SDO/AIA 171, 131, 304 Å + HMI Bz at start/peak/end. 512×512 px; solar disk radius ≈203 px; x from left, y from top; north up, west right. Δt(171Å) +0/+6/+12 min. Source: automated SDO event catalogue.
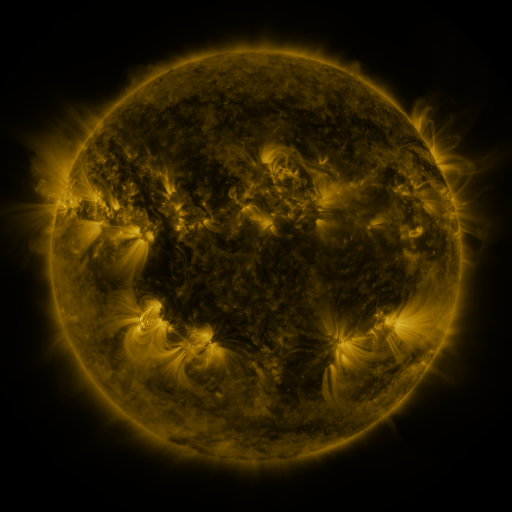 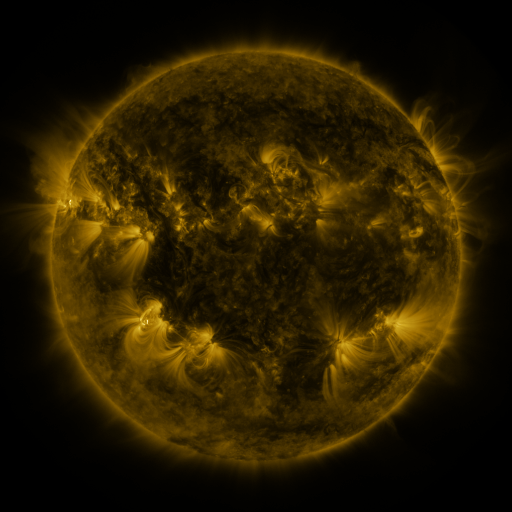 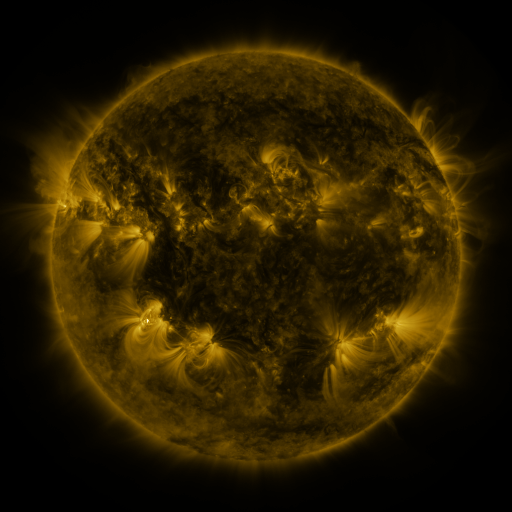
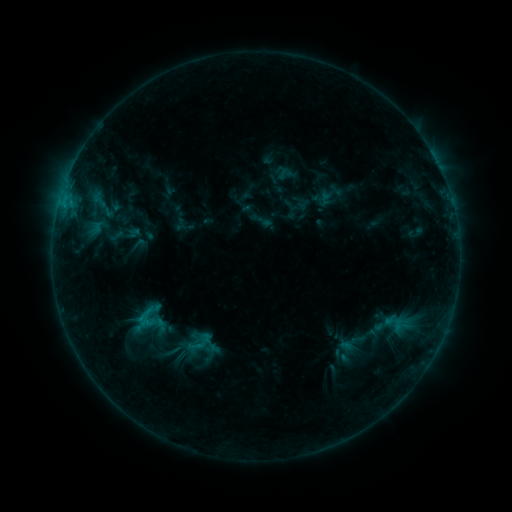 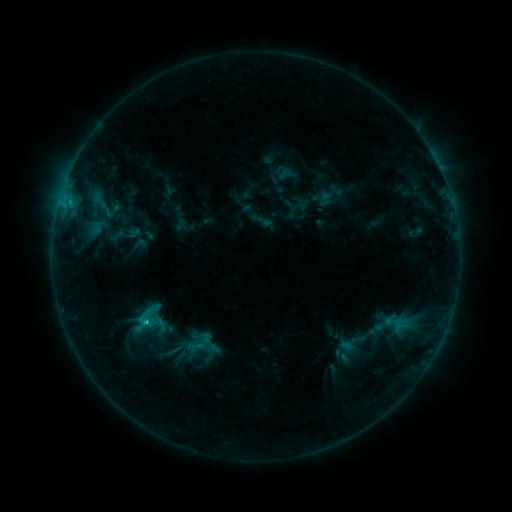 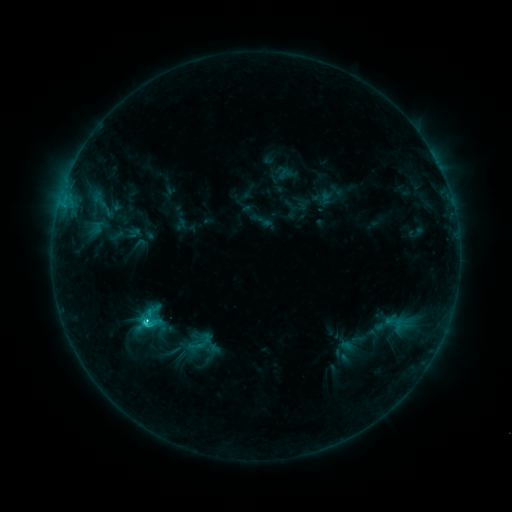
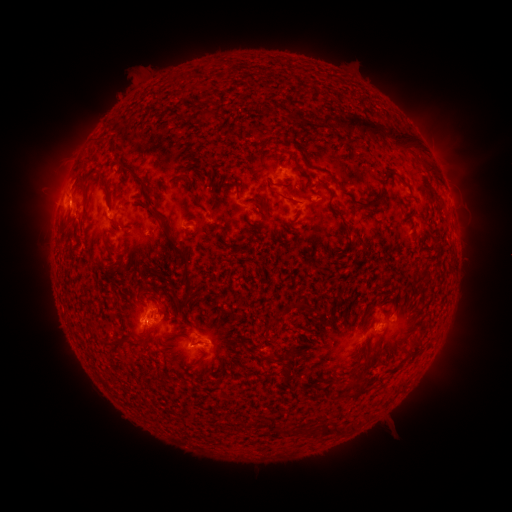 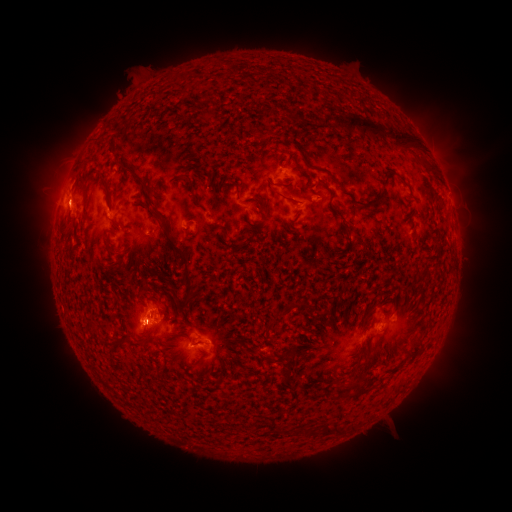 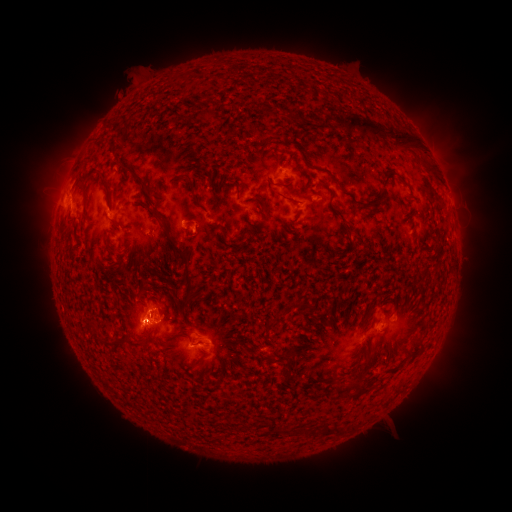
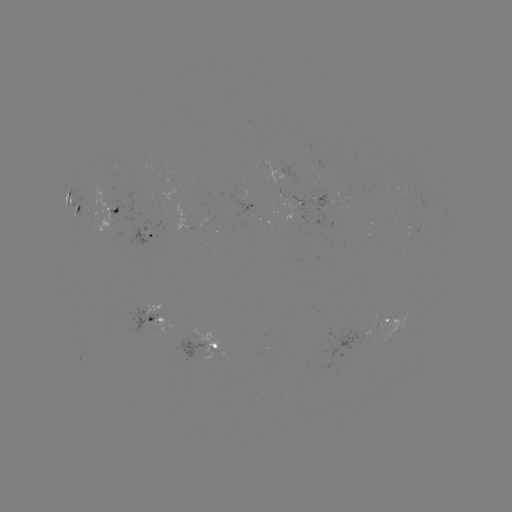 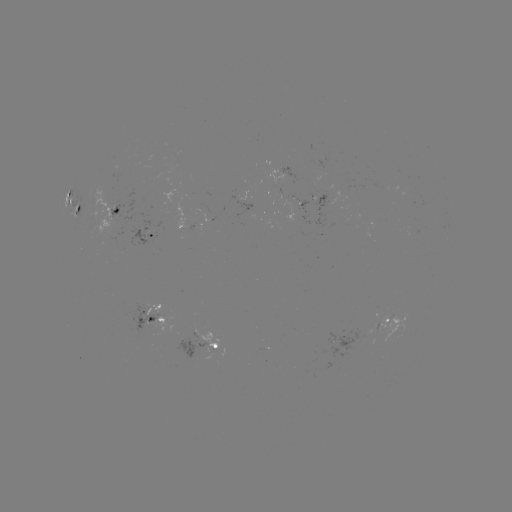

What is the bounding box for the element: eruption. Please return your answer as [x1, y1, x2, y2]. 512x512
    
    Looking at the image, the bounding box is [41, 187, 93, 233].